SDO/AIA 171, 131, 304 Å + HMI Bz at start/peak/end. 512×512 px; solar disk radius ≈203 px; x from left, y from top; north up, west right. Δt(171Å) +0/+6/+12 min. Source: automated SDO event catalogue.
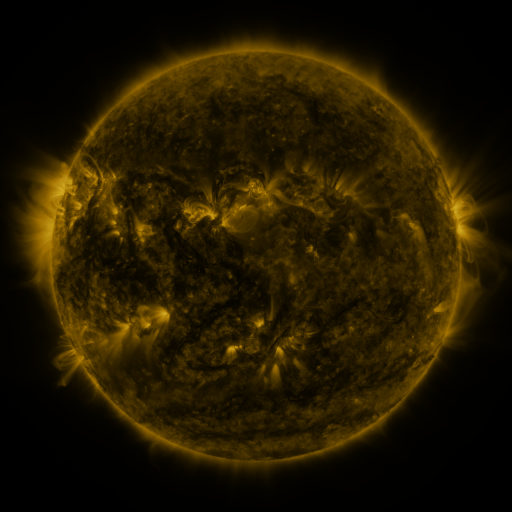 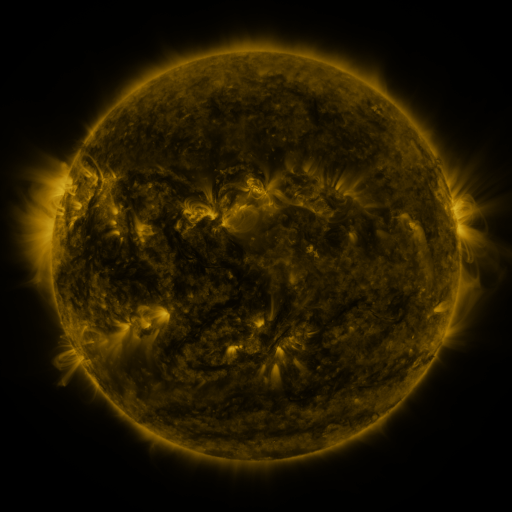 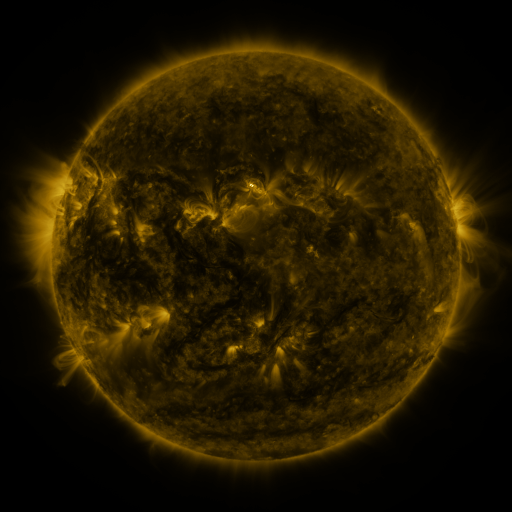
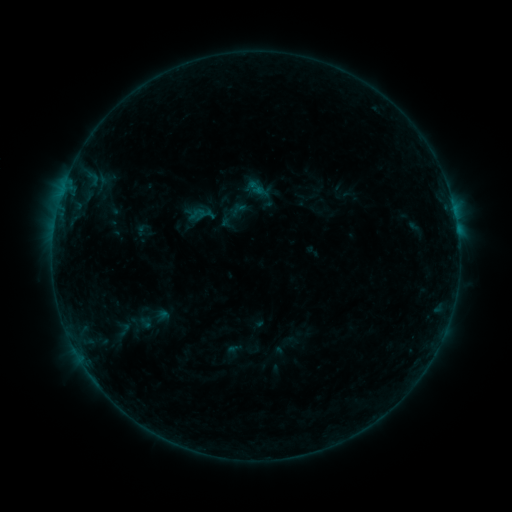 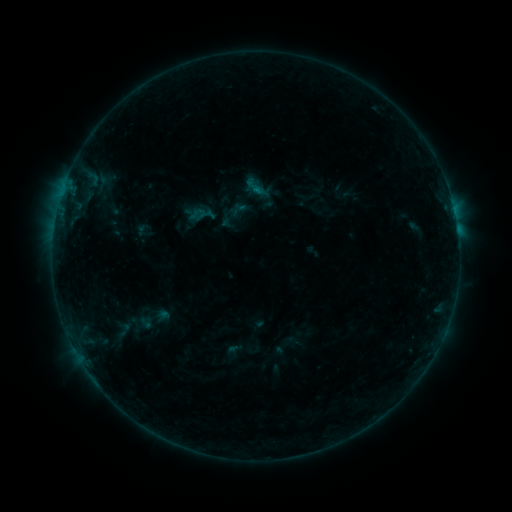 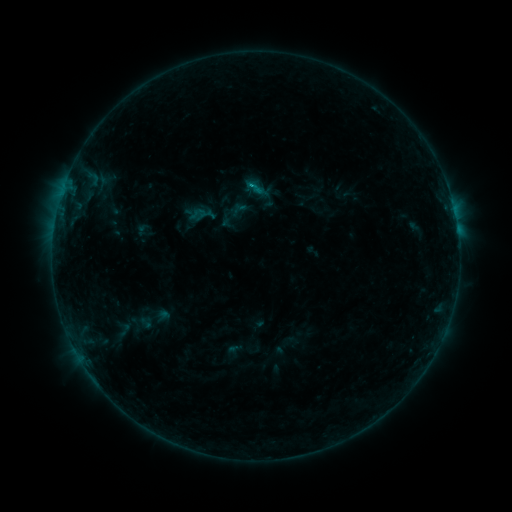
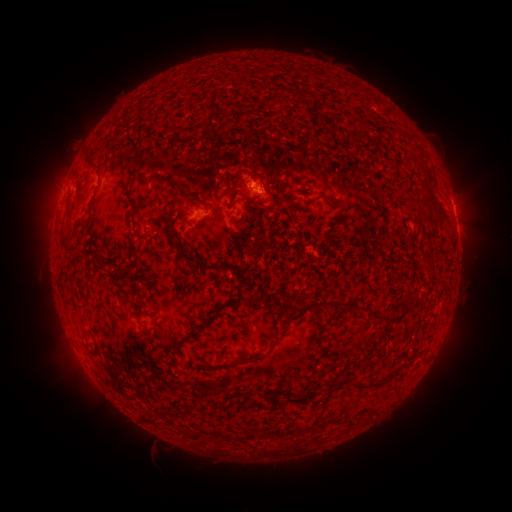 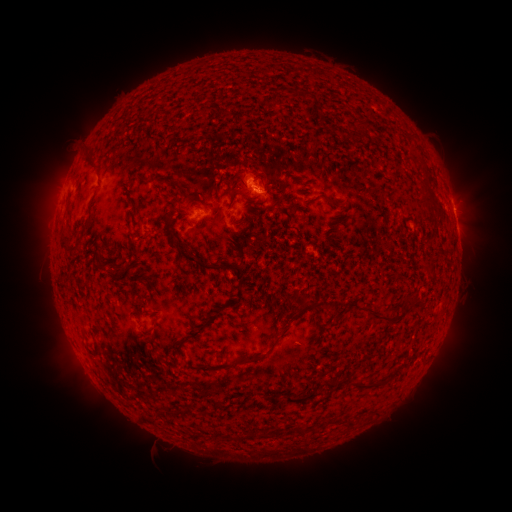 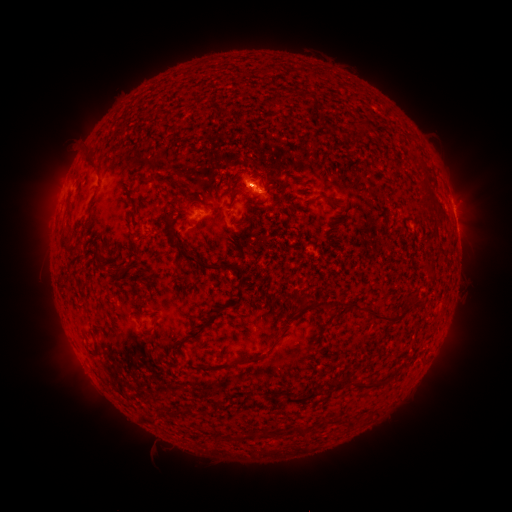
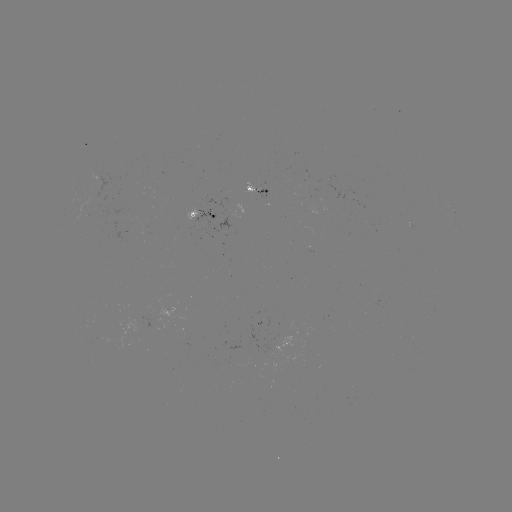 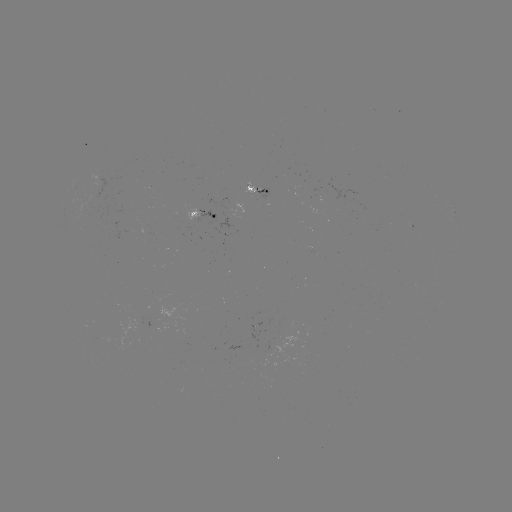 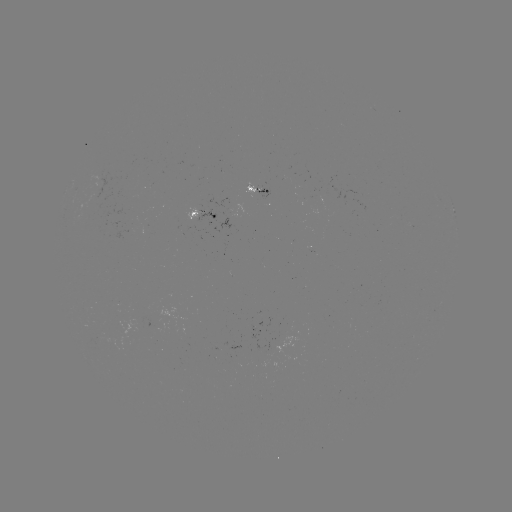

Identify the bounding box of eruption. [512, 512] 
[232, 151, 275, 191].